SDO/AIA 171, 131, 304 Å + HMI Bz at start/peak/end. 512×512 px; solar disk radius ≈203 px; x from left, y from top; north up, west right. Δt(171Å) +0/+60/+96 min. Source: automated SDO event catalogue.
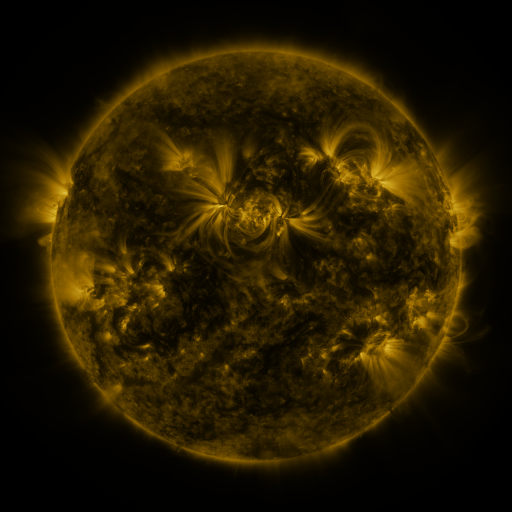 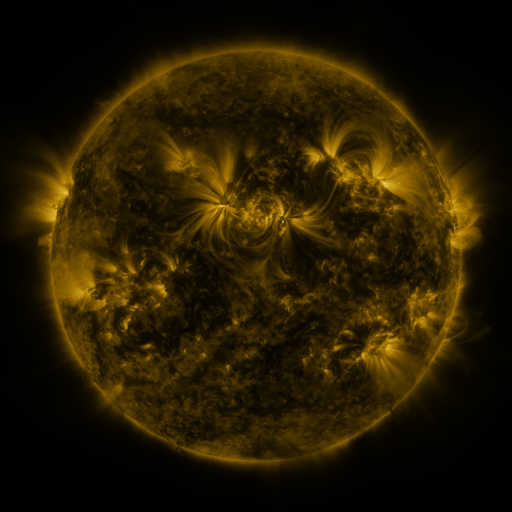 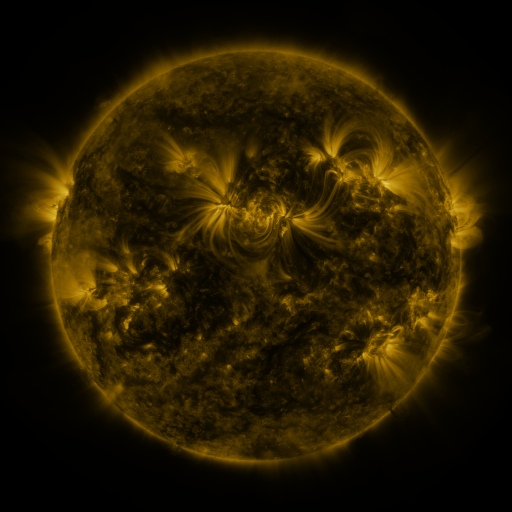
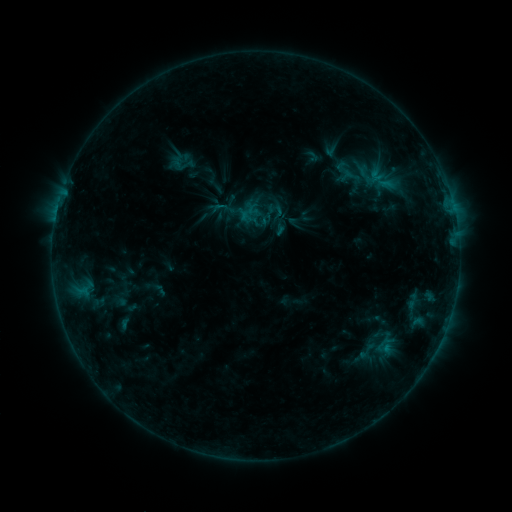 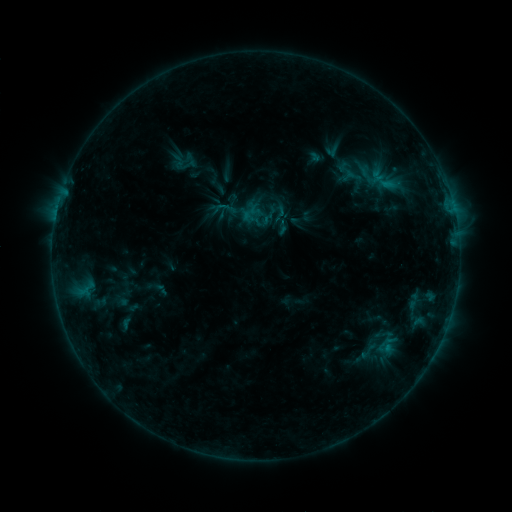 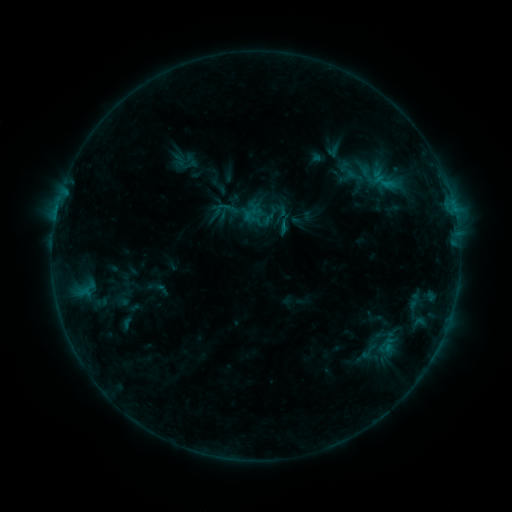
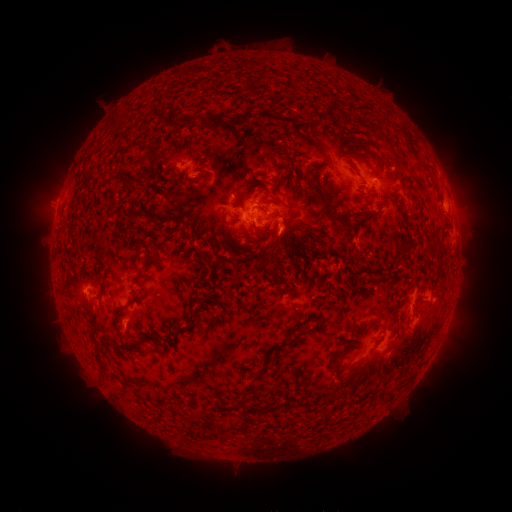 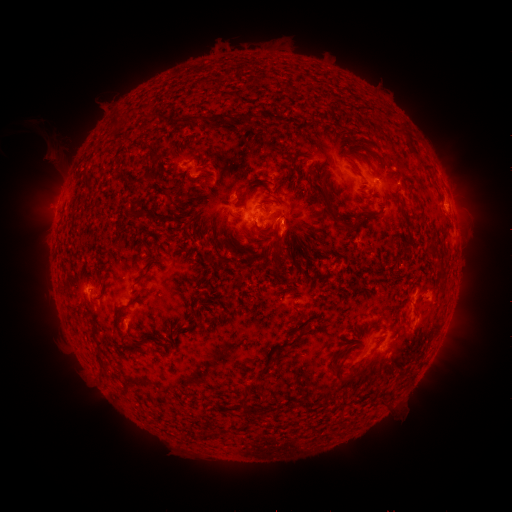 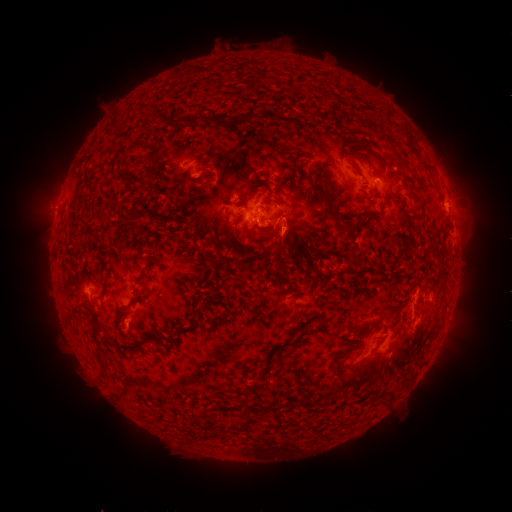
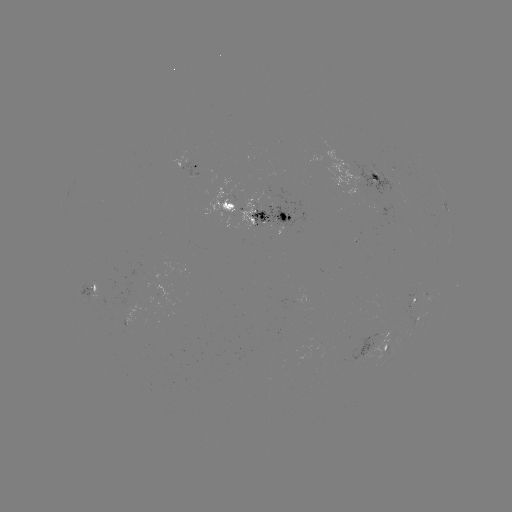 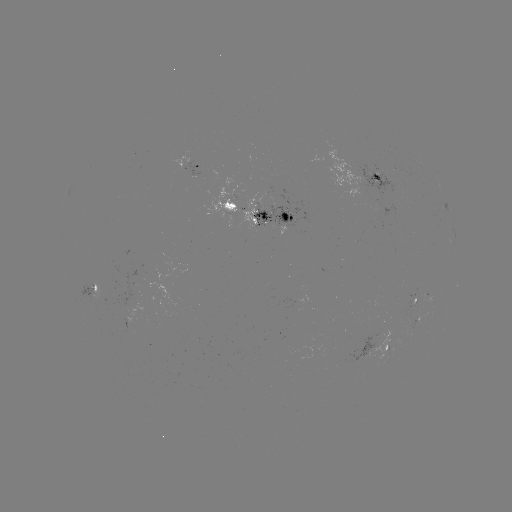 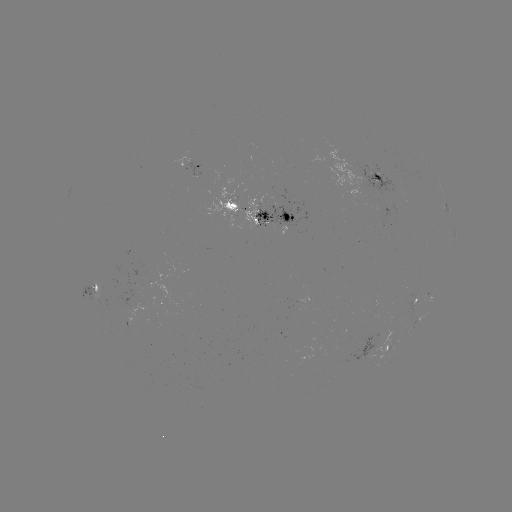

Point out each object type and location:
emerging-flux region: (291, 232)
